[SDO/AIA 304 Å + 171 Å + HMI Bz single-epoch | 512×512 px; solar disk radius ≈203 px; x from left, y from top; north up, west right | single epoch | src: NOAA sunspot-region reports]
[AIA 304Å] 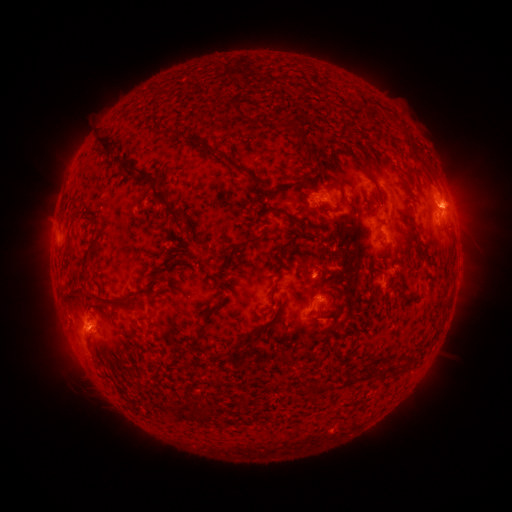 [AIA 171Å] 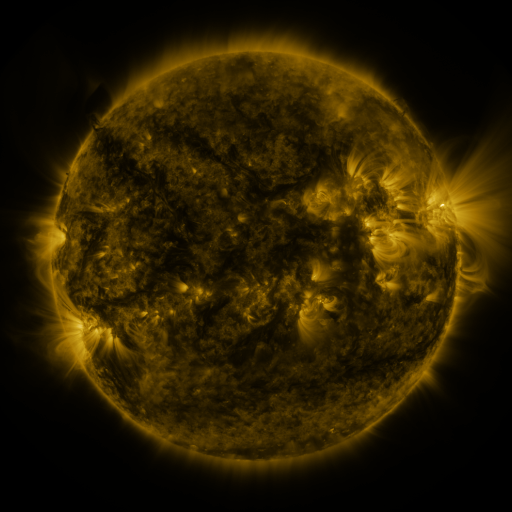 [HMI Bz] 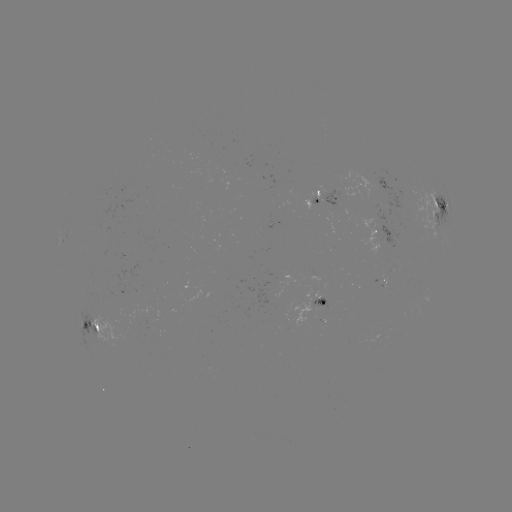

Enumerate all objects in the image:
spotted active region: (322, 198)
spotted active region: (438, 204)
spotted active region: (383, 229)
spotted active region: (317, 304)
spotted active region: (91, 320)
